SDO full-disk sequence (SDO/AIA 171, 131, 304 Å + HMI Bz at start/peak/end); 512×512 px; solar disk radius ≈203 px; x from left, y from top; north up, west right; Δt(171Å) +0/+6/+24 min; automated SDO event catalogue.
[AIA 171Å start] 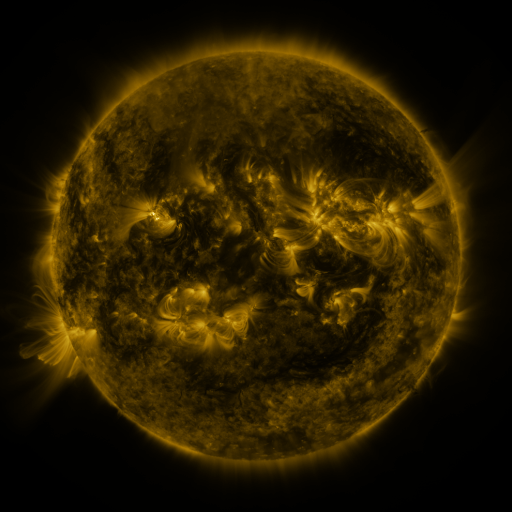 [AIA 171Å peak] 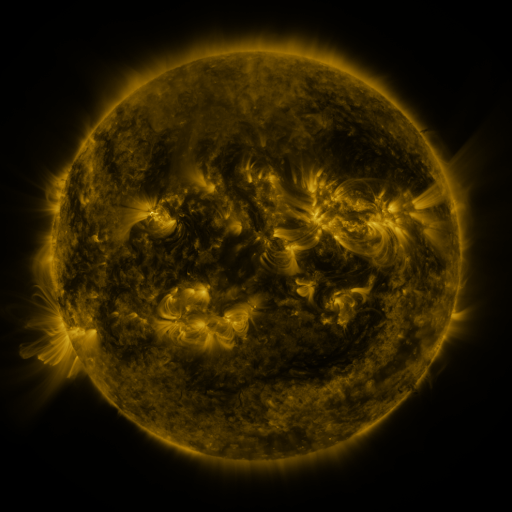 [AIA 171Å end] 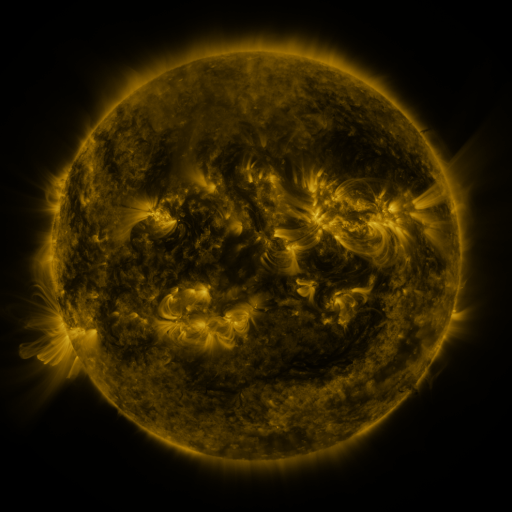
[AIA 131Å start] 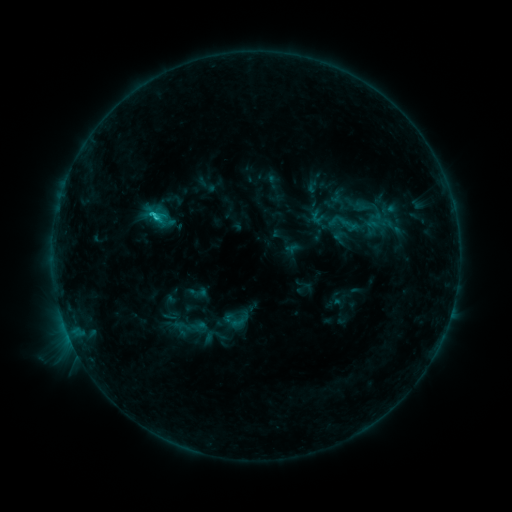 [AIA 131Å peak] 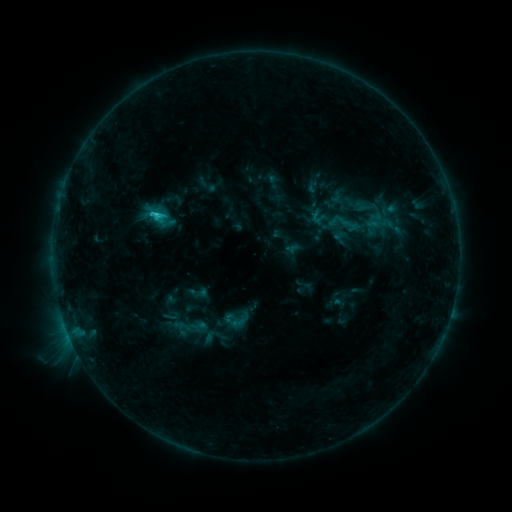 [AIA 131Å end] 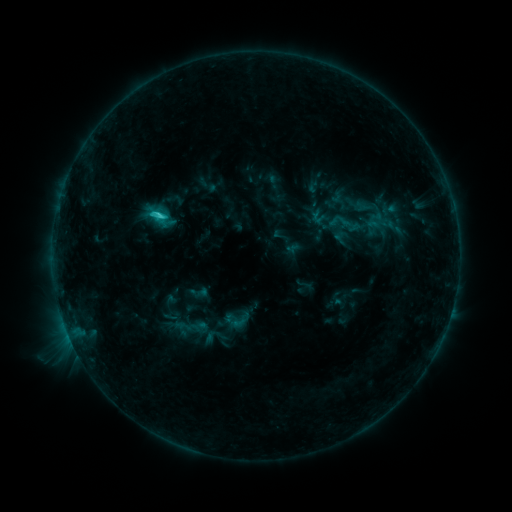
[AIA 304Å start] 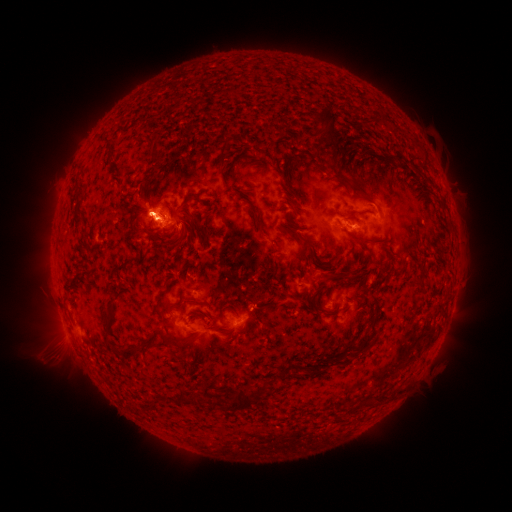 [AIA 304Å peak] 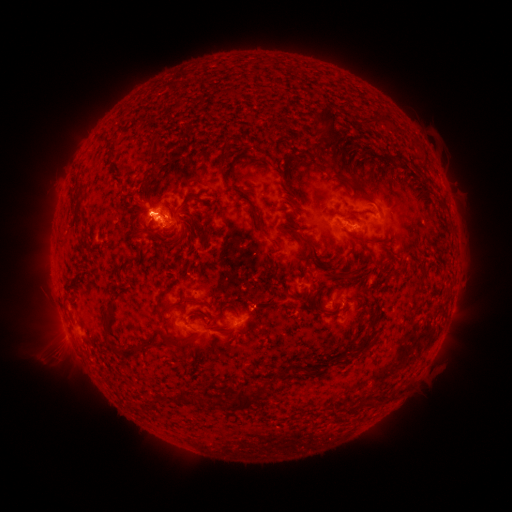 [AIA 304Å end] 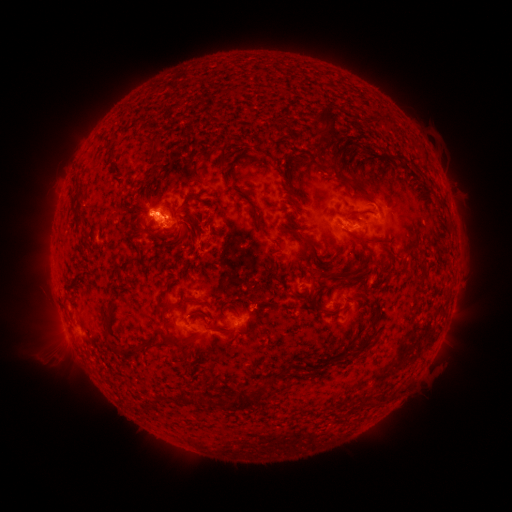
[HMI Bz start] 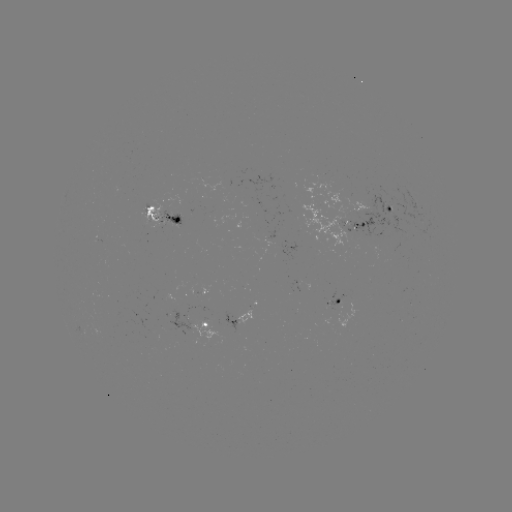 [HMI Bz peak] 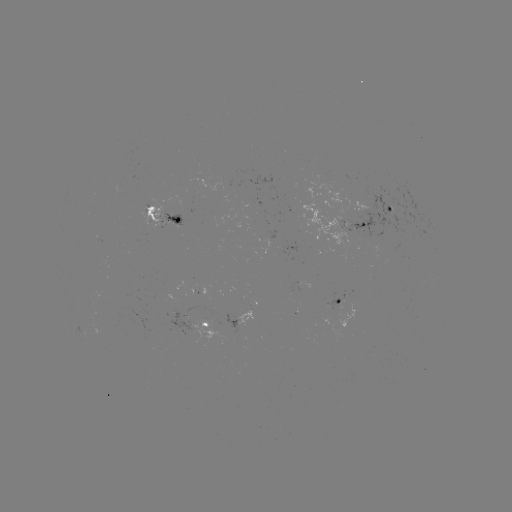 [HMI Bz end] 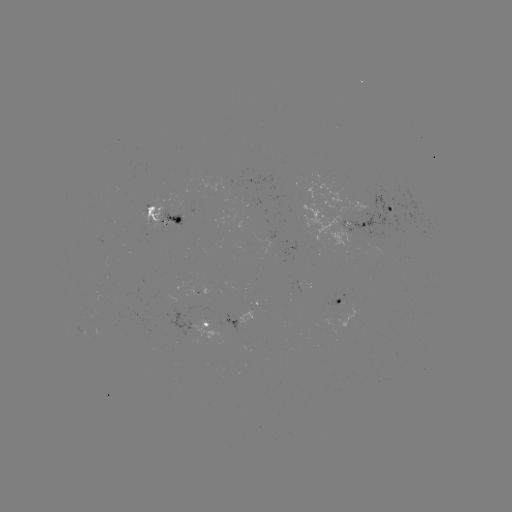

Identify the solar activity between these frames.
C2.7 flare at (160, 217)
